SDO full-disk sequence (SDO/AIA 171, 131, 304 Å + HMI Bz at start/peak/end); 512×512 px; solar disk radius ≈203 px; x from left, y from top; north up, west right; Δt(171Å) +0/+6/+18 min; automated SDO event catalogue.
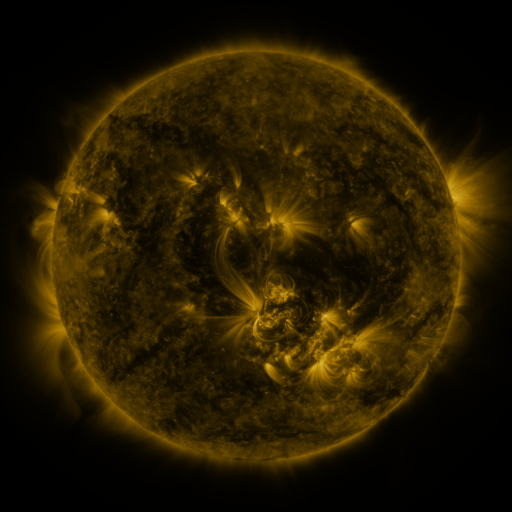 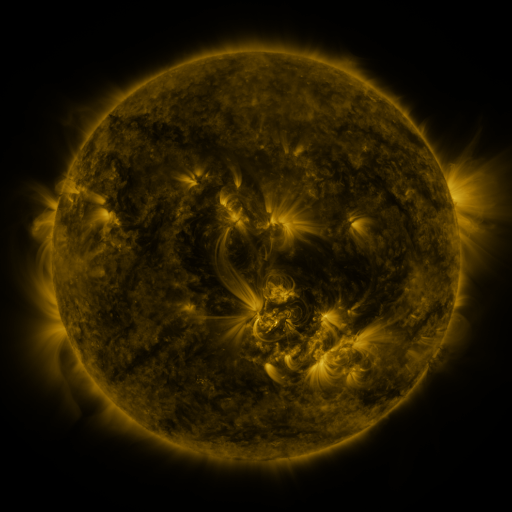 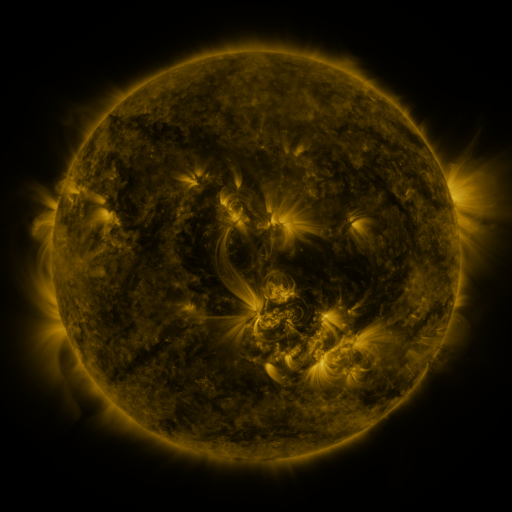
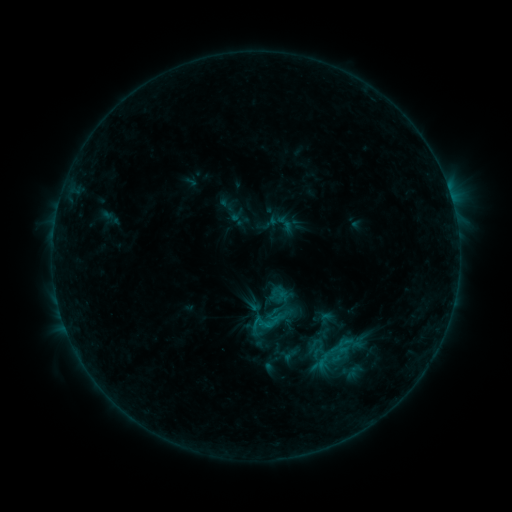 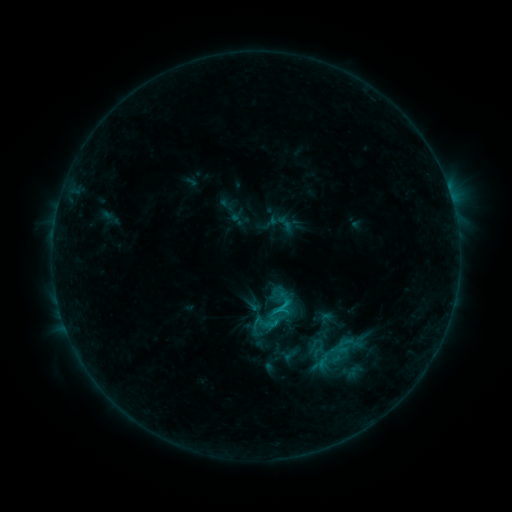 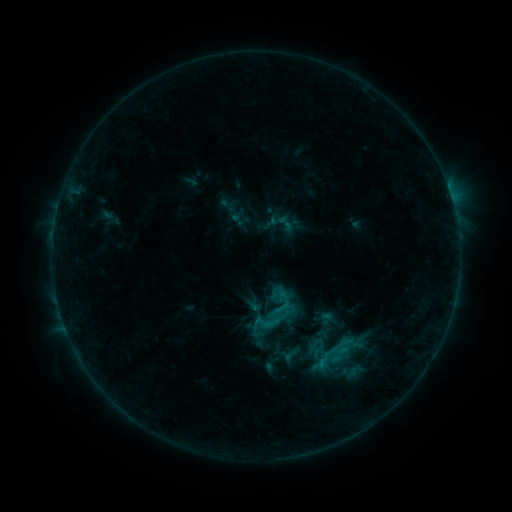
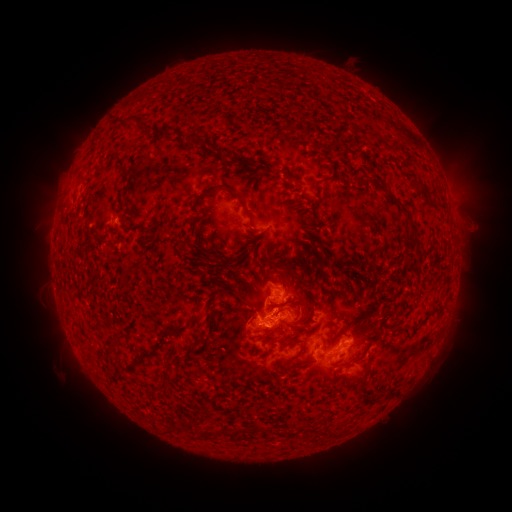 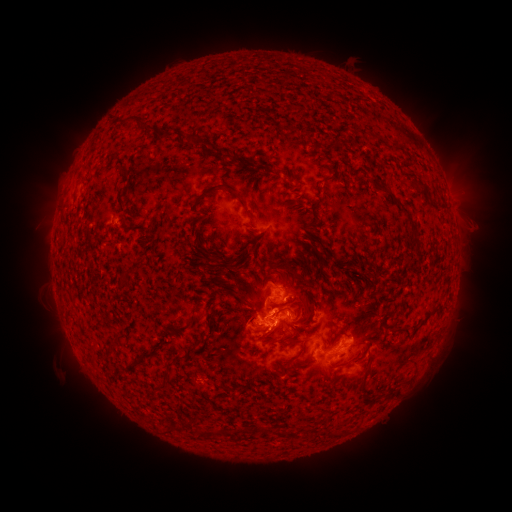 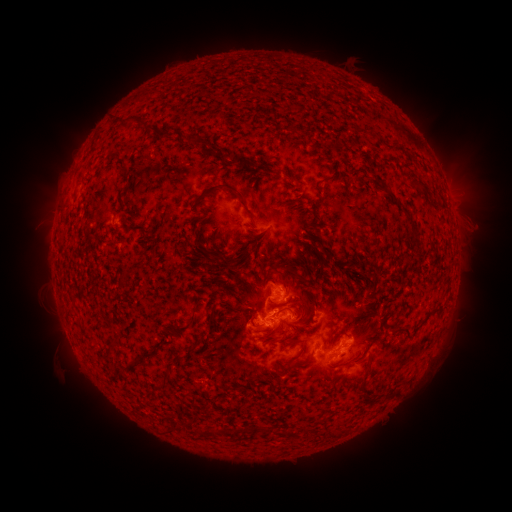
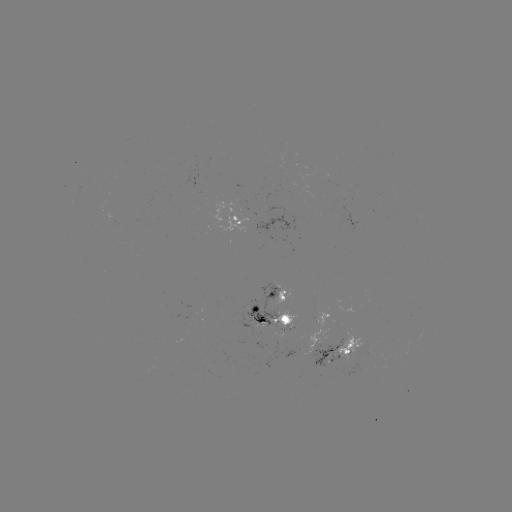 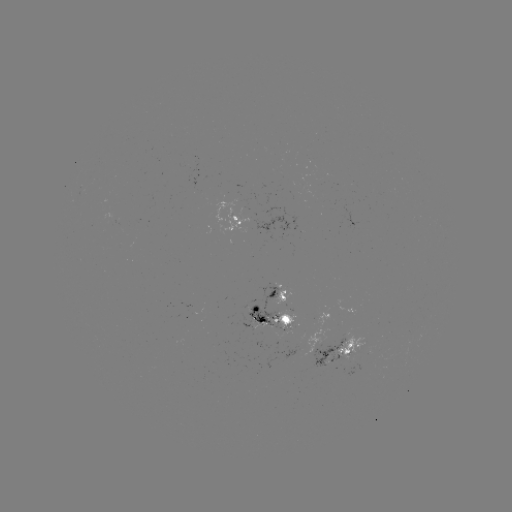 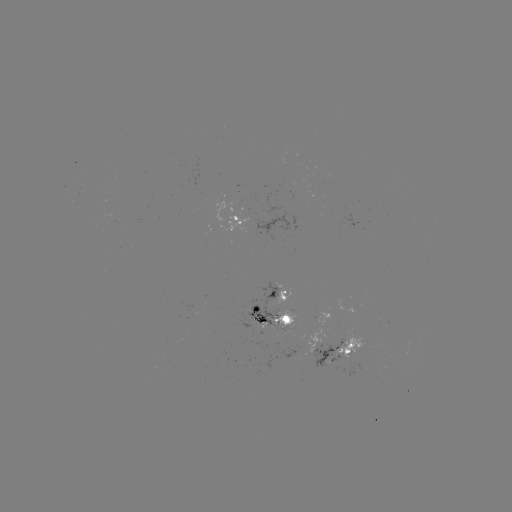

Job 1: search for C1.3 flare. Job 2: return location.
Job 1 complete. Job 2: [280, 305].